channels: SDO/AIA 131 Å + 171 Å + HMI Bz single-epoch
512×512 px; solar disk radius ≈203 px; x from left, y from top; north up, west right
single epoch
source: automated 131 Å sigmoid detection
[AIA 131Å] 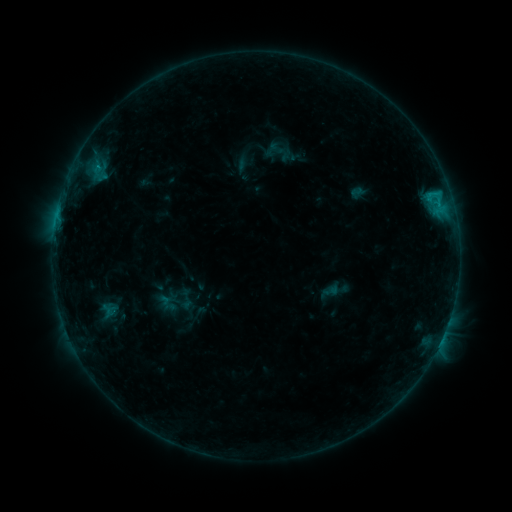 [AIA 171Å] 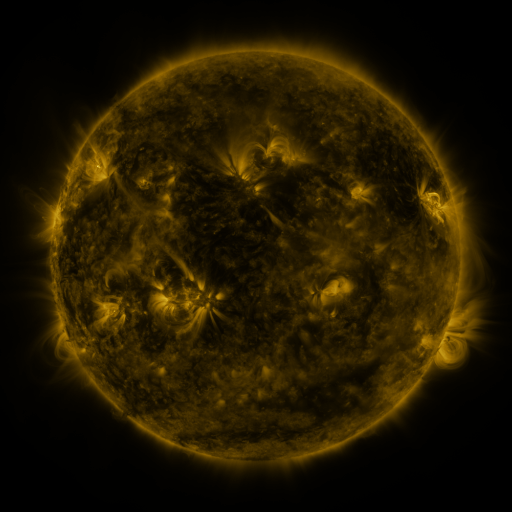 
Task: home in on sigmoid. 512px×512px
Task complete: (186, 299).